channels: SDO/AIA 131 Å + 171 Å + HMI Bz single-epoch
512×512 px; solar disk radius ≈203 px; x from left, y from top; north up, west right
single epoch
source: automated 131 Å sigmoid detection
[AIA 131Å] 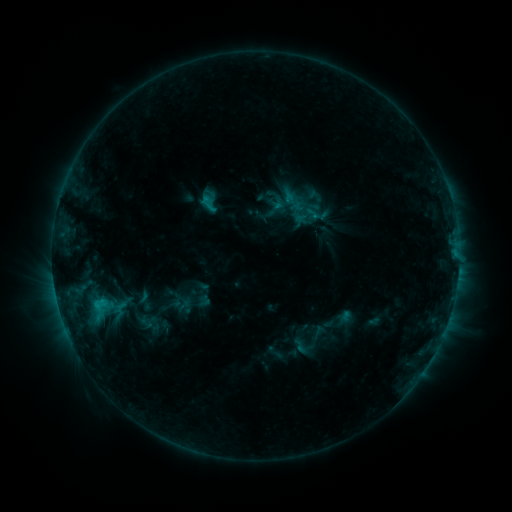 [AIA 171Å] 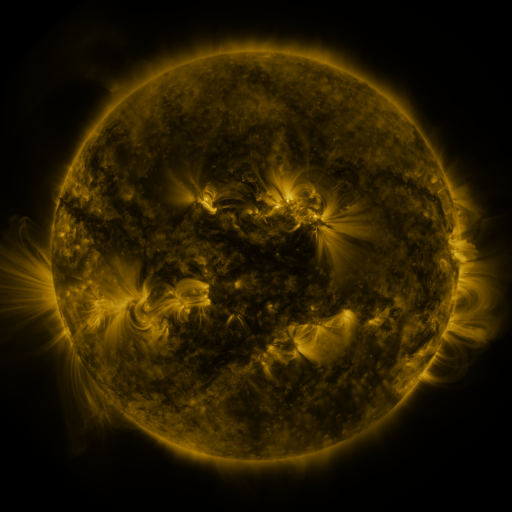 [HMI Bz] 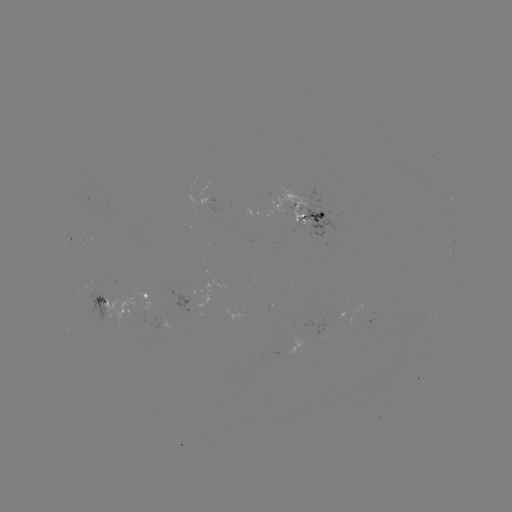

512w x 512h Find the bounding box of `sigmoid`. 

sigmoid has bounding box [290, 194, 321, 221].